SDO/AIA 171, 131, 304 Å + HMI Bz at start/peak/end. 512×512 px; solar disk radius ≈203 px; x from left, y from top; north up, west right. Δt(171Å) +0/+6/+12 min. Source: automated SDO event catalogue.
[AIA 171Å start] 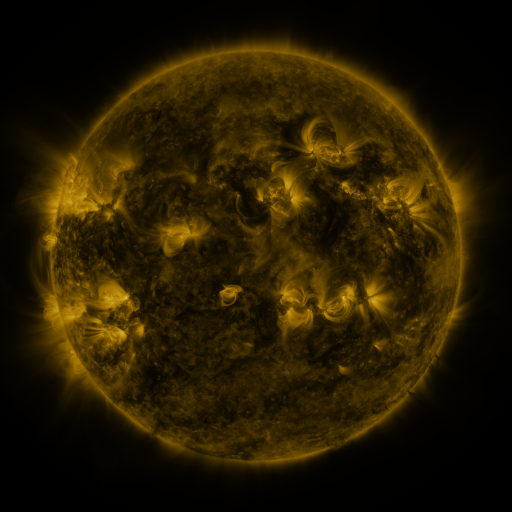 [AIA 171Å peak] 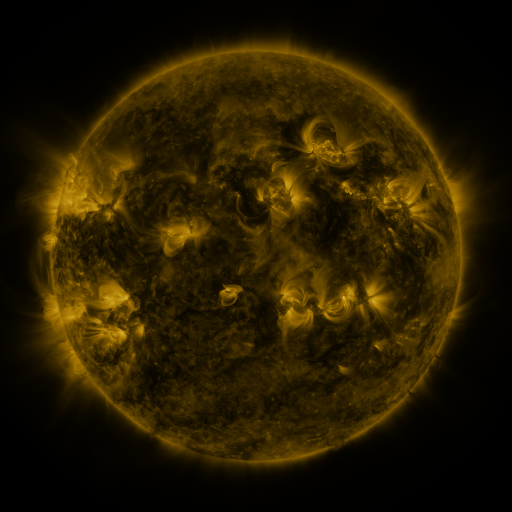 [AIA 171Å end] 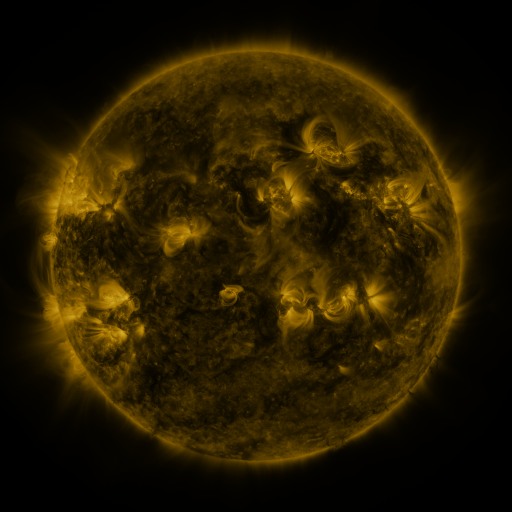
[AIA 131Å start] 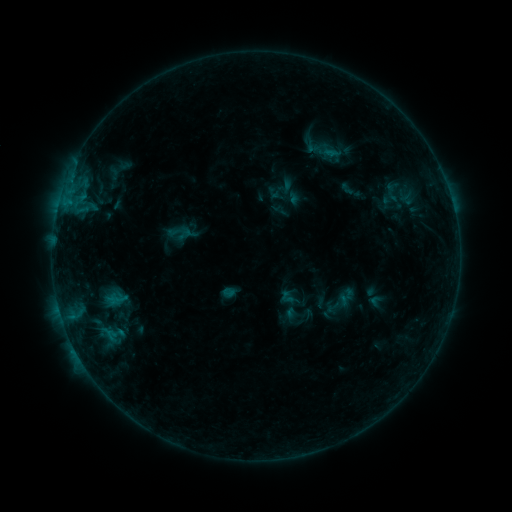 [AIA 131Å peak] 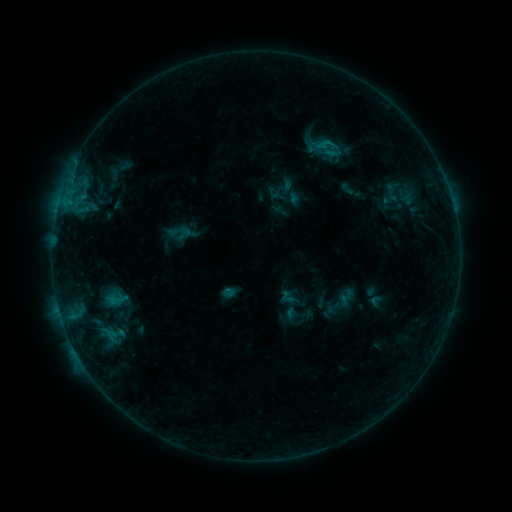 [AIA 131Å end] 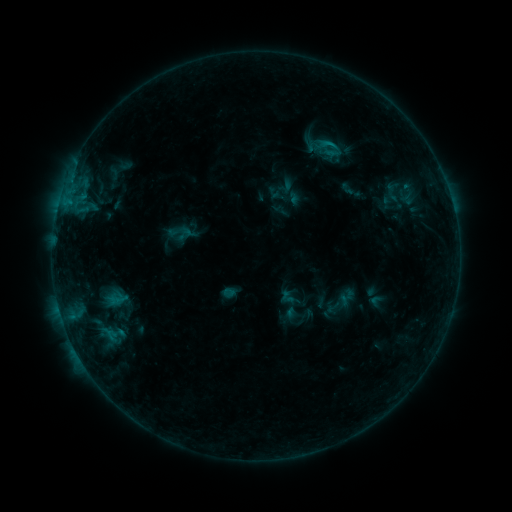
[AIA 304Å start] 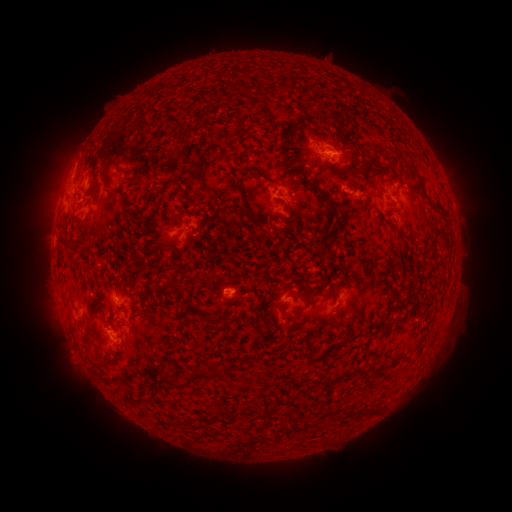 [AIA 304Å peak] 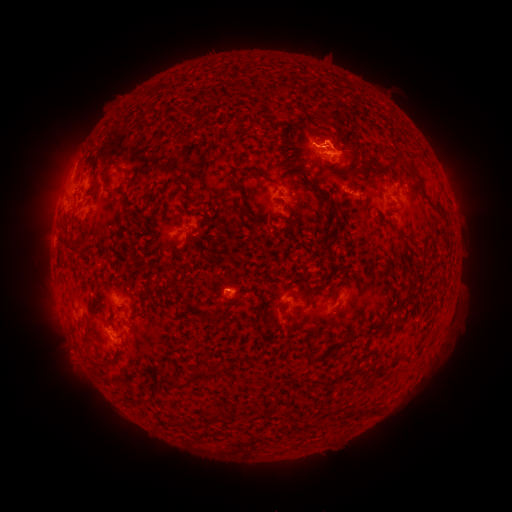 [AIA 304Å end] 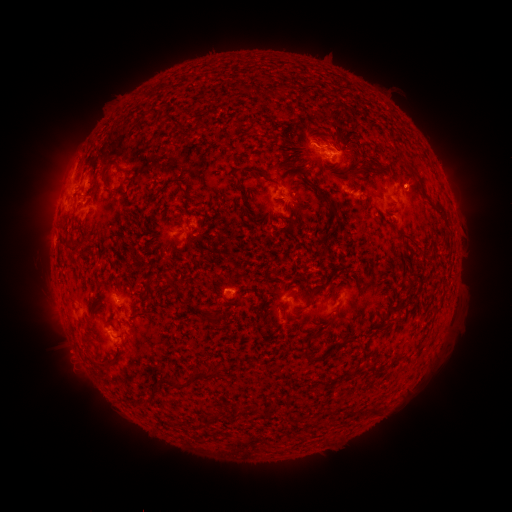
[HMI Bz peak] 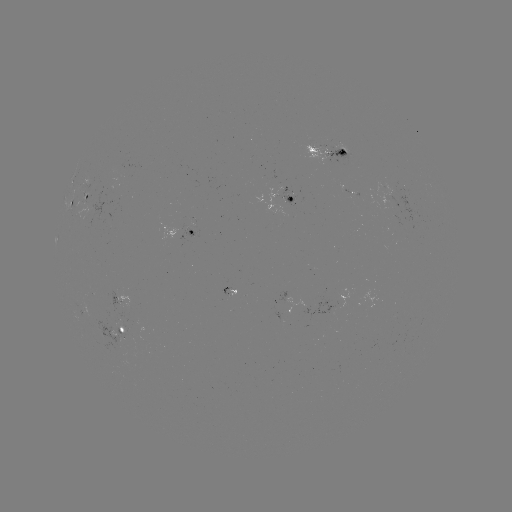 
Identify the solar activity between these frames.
B5.7 flare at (327, 144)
